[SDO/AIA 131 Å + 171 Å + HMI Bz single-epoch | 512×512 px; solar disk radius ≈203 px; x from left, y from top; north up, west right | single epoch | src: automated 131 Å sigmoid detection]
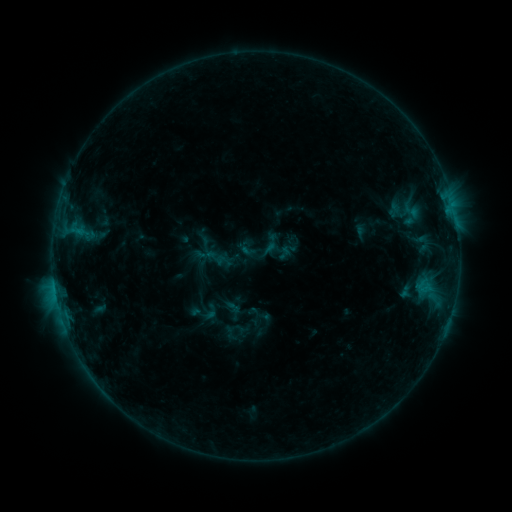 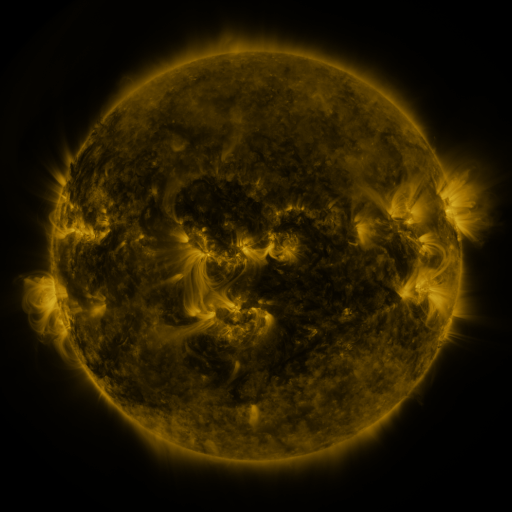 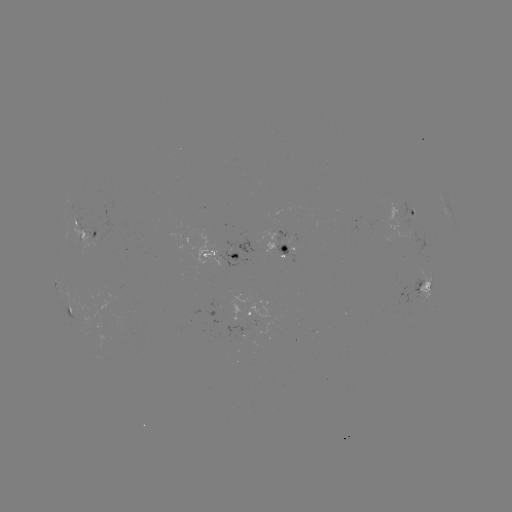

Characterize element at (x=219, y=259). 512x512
sigmoid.